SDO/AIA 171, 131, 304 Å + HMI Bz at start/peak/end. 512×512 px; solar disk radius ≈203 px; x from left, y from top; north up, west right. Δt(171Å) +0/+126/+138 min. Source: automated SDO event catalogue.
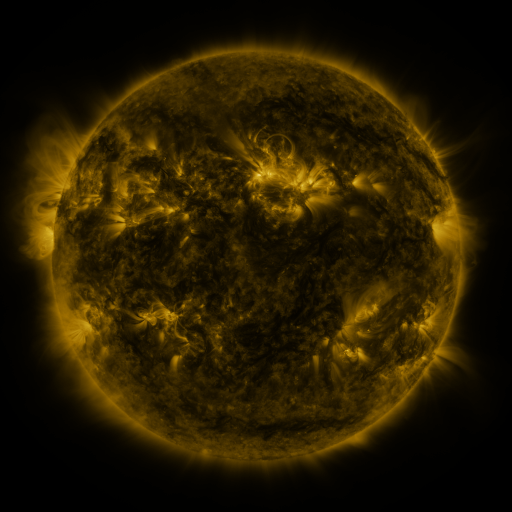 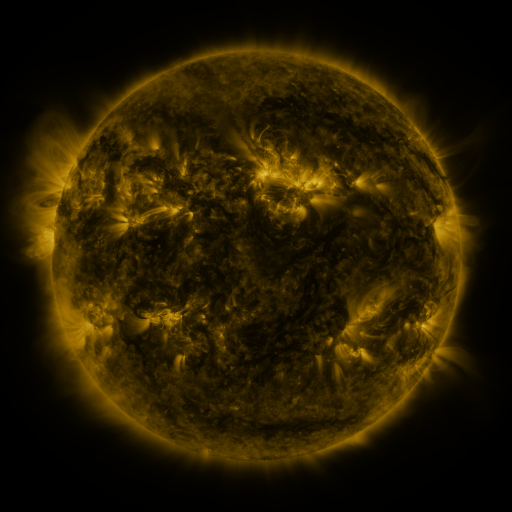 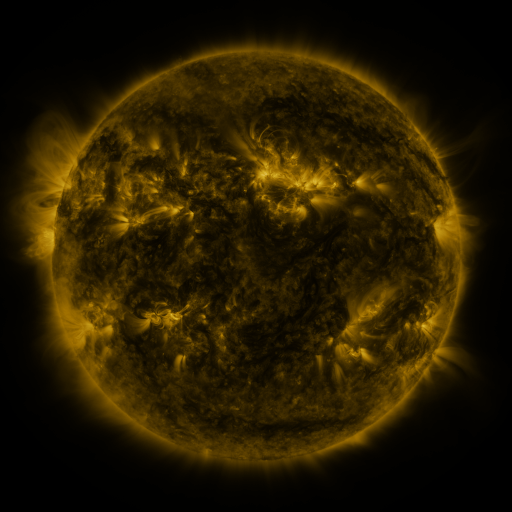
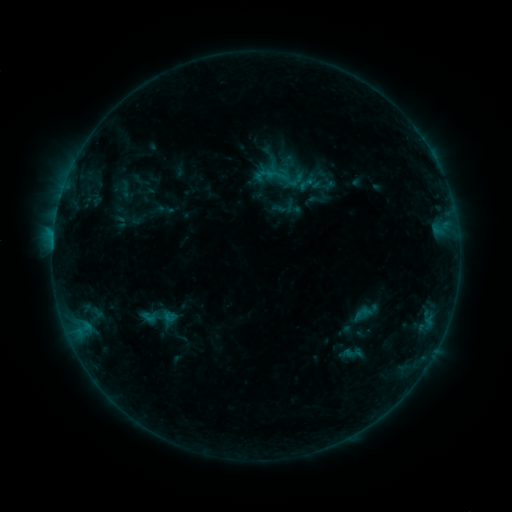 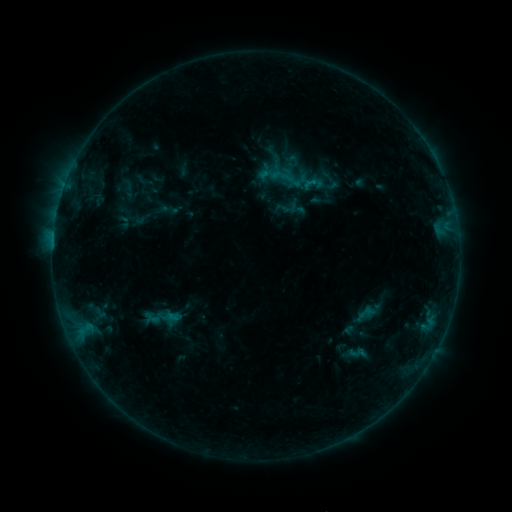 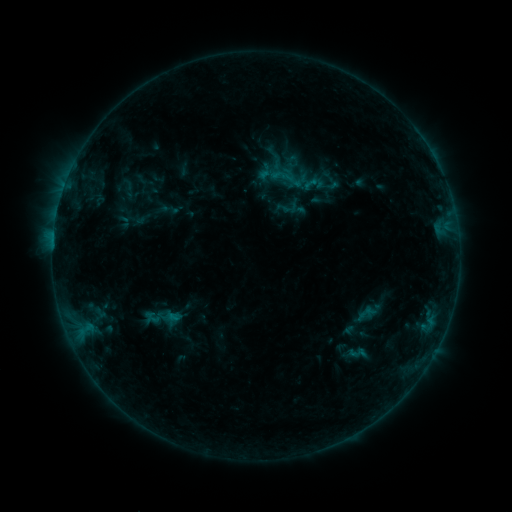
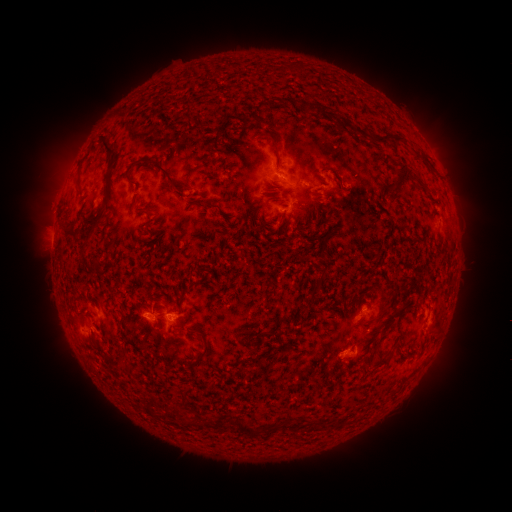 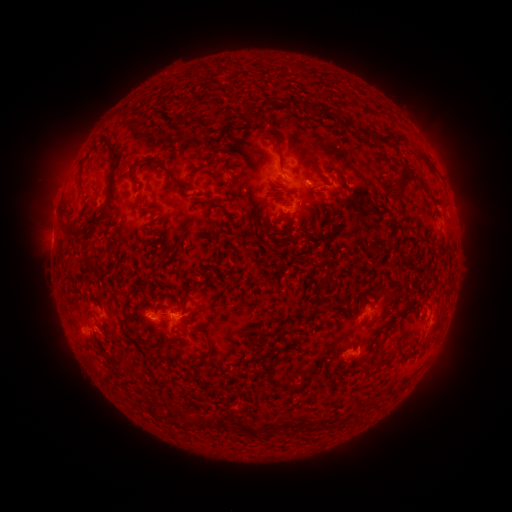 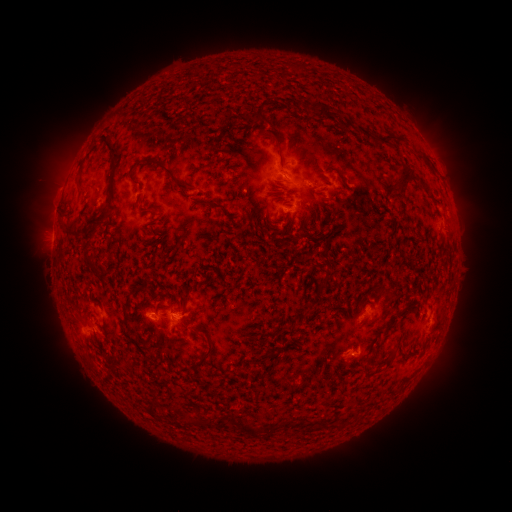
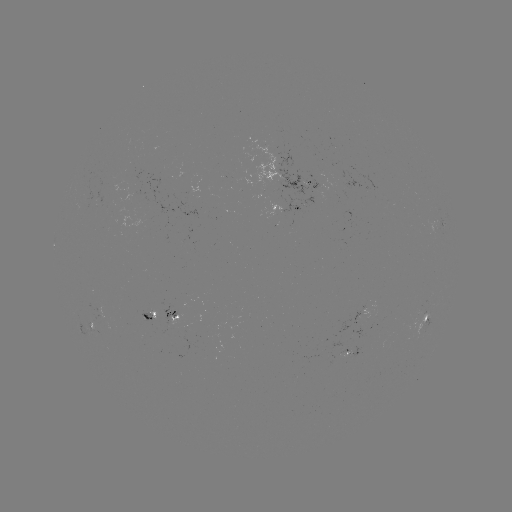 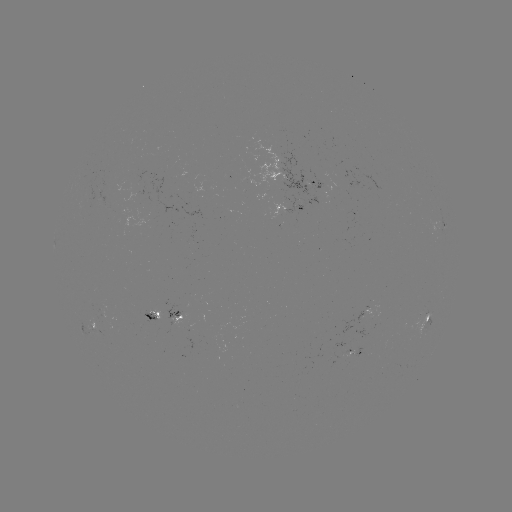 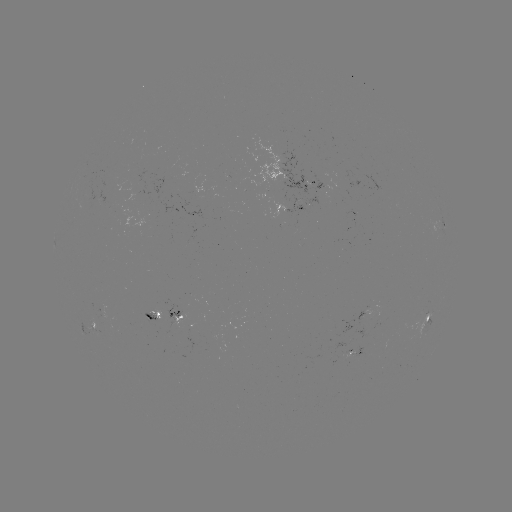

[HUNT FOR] emerging-flux region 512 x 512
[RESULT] [97, 318]